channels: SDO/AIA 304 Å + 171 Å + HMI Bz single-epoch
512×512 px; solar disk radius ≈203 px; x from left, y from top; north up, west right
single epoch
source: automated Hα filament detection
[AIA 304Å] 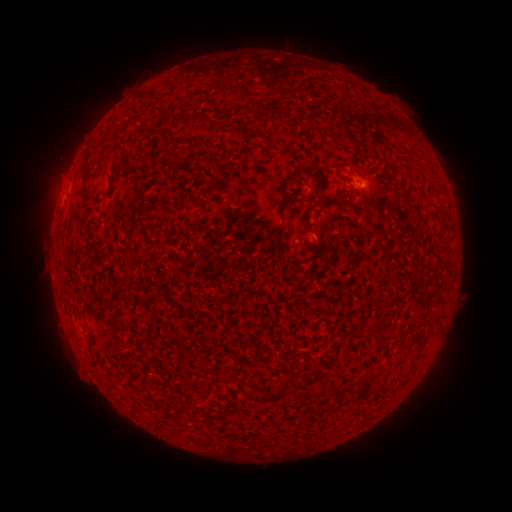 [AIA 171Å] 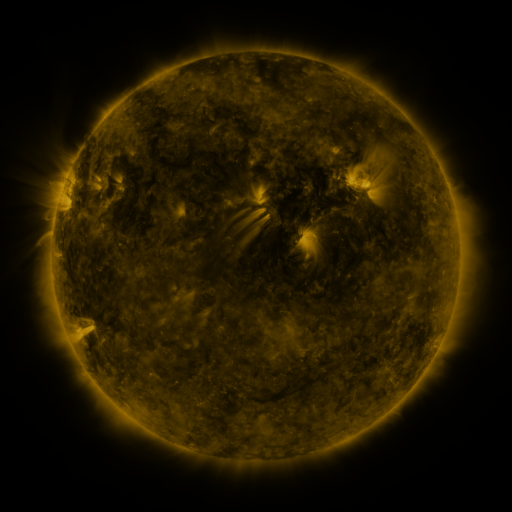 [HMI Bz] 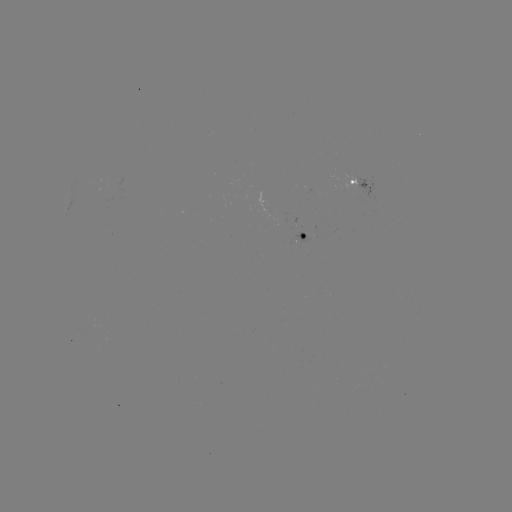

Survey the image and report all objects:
filament: (202, 114)
filament: (87, 171)
filament: (283, 186)
filament: (321, 195)
filament: (144, 204)
filament: (130, 239)
filament: (279, 261)
filament: (423, 342)
filament: (317, 370)
